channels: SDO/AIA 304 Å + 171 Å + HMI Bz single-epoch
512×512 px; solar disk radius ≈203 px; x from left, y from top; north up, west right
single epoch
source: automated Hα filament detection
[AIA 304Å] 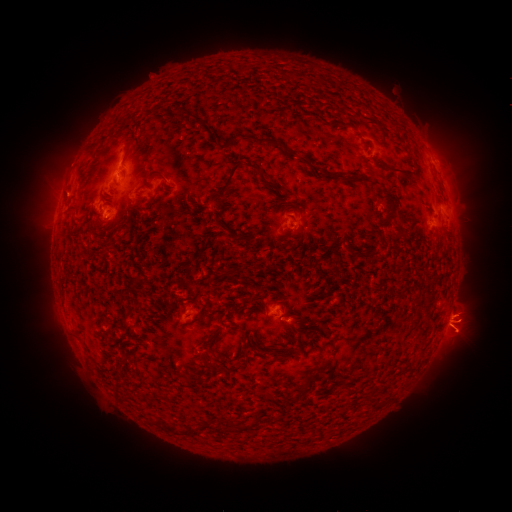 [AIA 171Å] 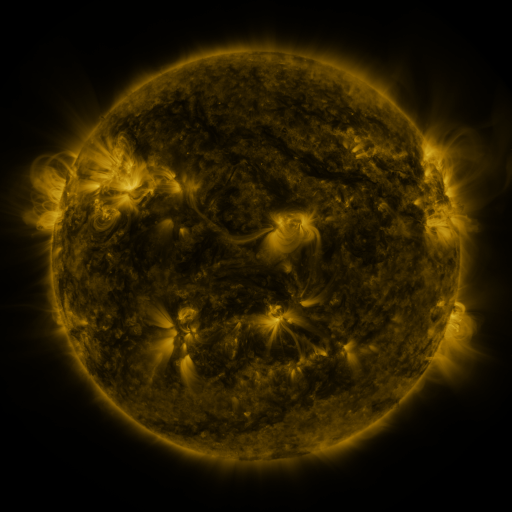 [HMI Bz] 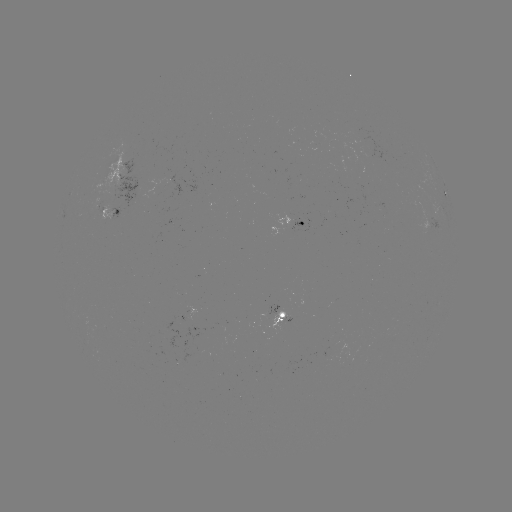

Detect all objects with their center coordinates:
filament: (261, 114)
filament: (190, 115)
filament: (228, 142)
filament: (276, 143)
filament: (128, 147)
filament: (333, 158)
filament: (401, 172)
filament: (258, 174)
filament: (161, 176)
filament: (346, 176)
filament: (223, 188)
filament: (387, 192)
filament: (195, 202)
filament: (368, 204)
filament: (272, 205)
filament: (295, 207)
filament: (406, 219)
filament: (179, 220)
filament: (207, 222)
filament: (220, 229)
filament: (400, 232)
filament: (246, 238)
filament: (218, 244)
filament: (301, 245)
filament: (105, 246)
filament: (371, 252)
filament: (134, 280)
filament: (321, 280)
filament: (274, 284)
filament: (193, 287)
filament: (254, 299)
filament: (231, 308)
filament: (129, 313)
filament: (297, 320)
filament: (164, 327)
filament: (208, 337)
filament: (282, 346)
filament: (171, 348)
filament: (244, 351)
filament: (196, 361)
filament: (213, 367)
filament: (324, 367)
filament: (339, 377)
filament: (303, 384)
filament: (227, 424)
filament: (170, 428)
filament: (190, 428)
